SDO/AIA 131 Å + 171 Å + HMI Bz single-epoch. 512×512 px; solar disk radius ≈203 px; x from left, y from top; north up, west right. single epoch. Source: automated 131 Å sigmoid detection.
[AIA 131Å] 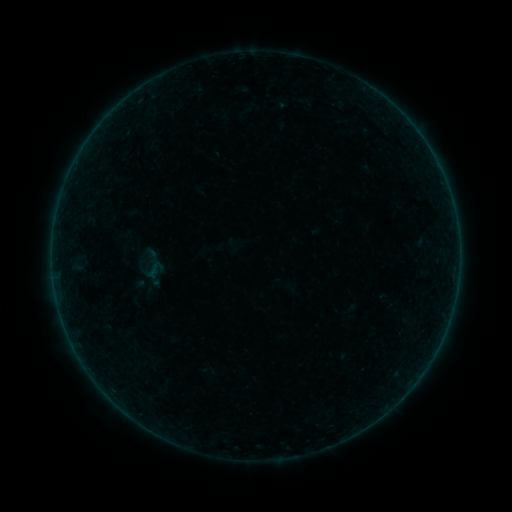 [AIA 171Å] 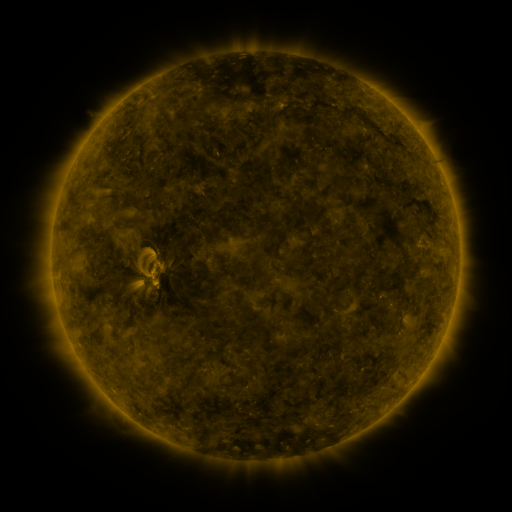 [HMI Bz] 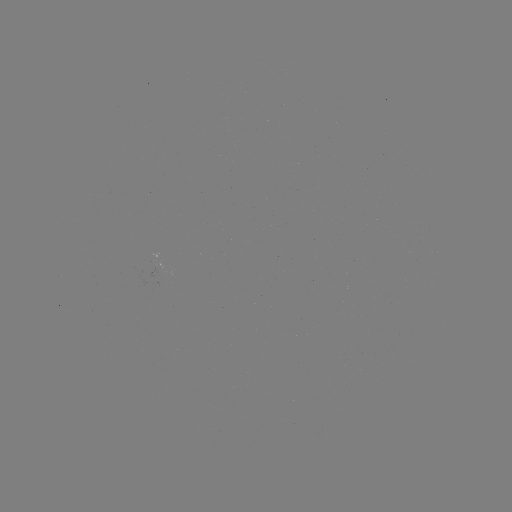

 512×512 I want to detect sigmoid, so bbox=[142, 258, 168, 281].